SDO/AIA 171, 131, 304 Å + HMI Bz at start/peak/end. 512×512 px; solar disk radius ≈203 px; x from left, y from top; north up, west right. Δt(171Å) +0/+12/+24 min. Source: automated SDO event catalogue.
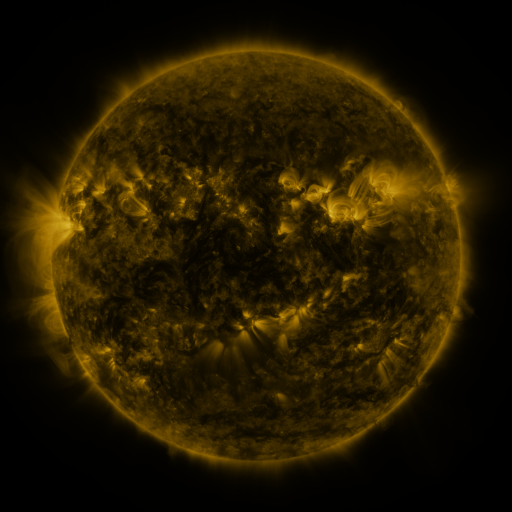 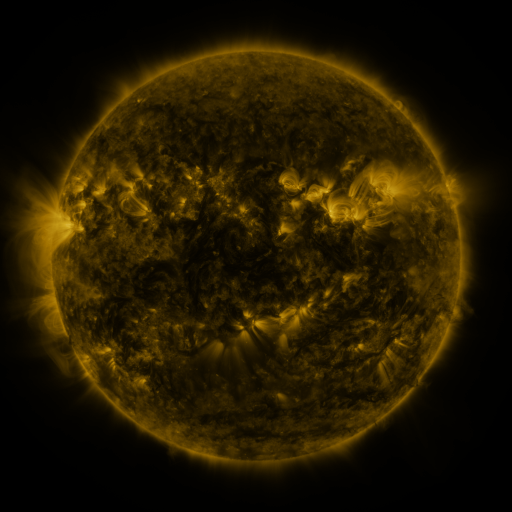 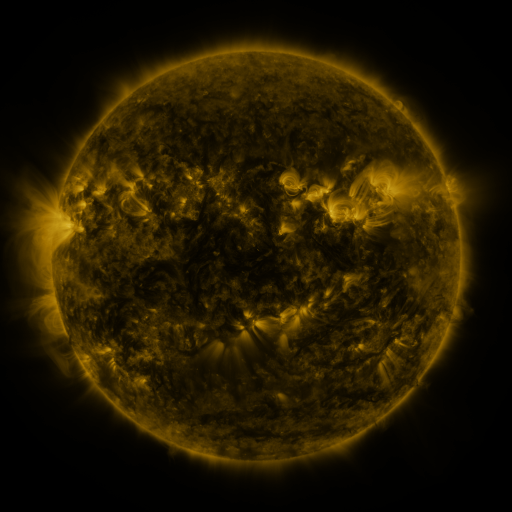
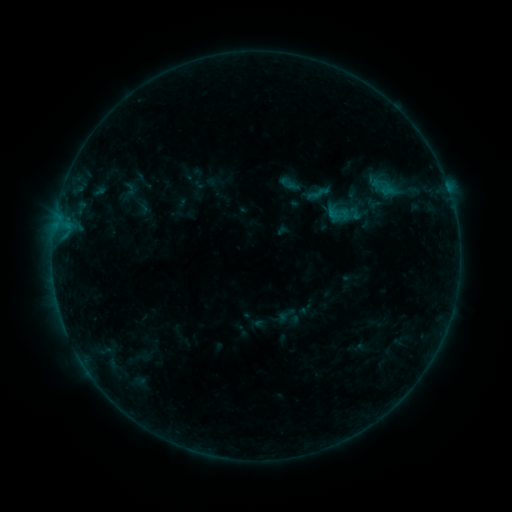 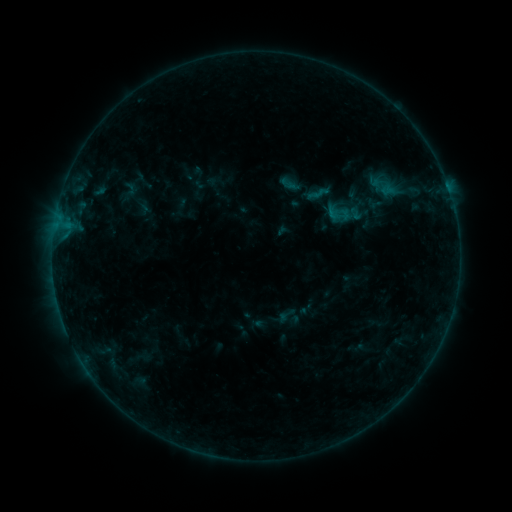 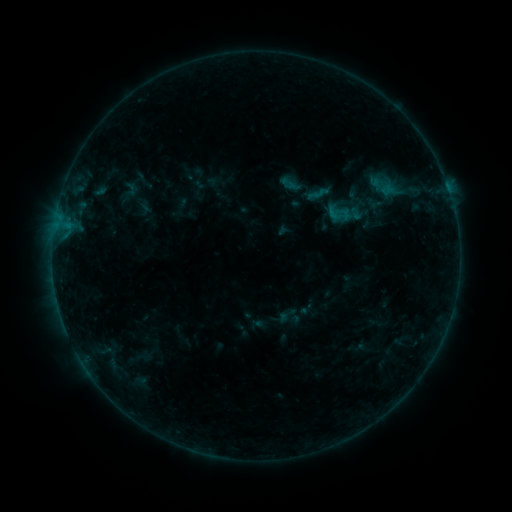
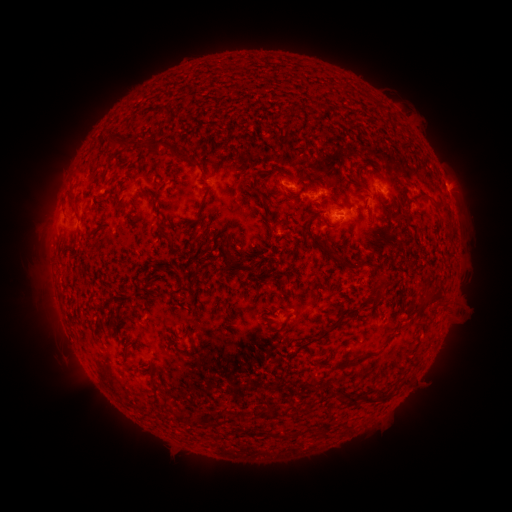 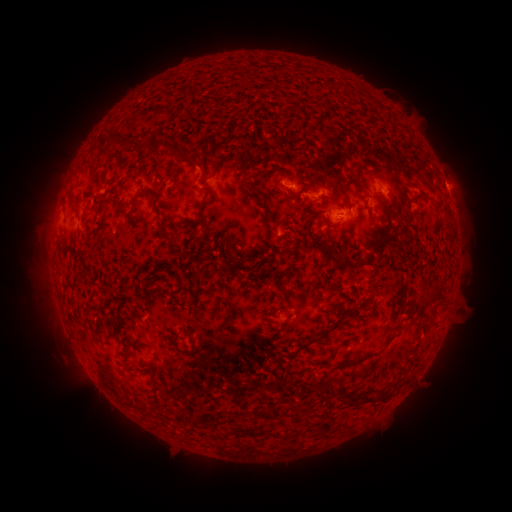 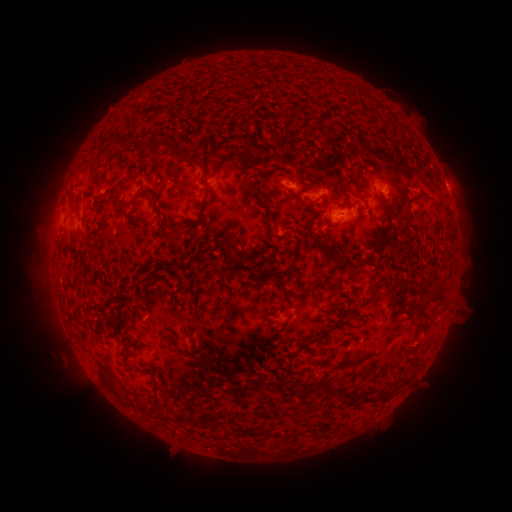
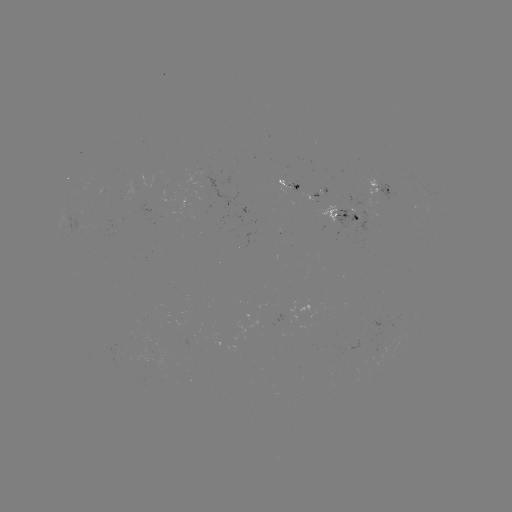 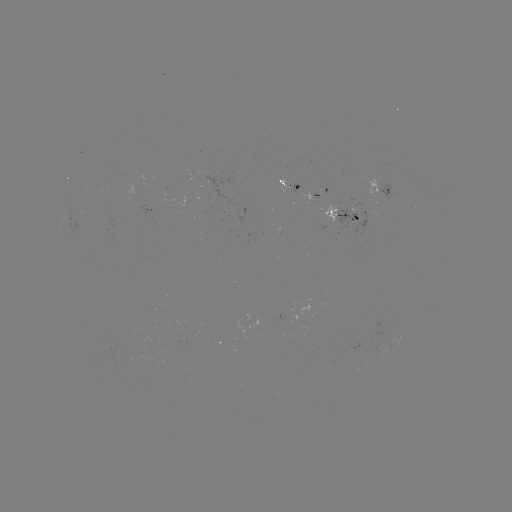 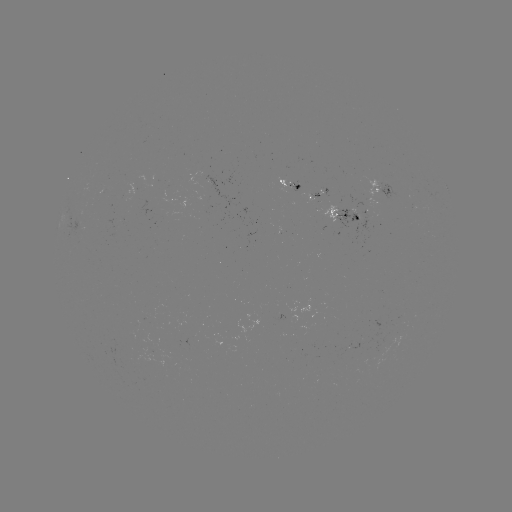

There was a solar eruption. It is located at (385, 300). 